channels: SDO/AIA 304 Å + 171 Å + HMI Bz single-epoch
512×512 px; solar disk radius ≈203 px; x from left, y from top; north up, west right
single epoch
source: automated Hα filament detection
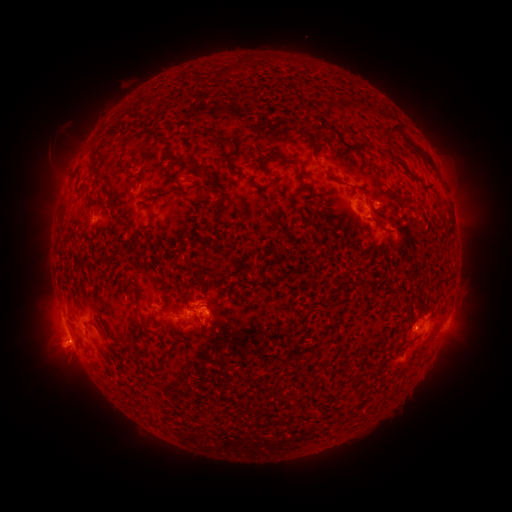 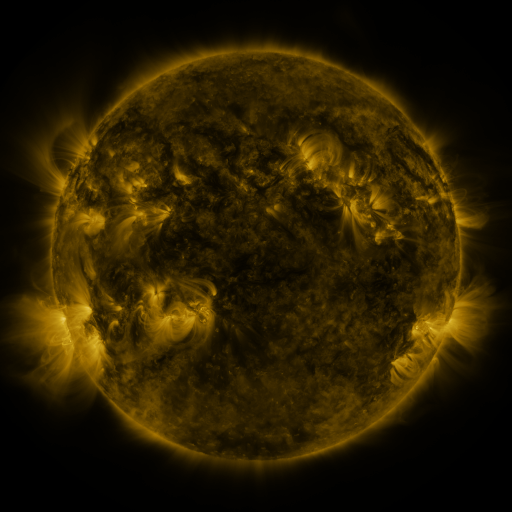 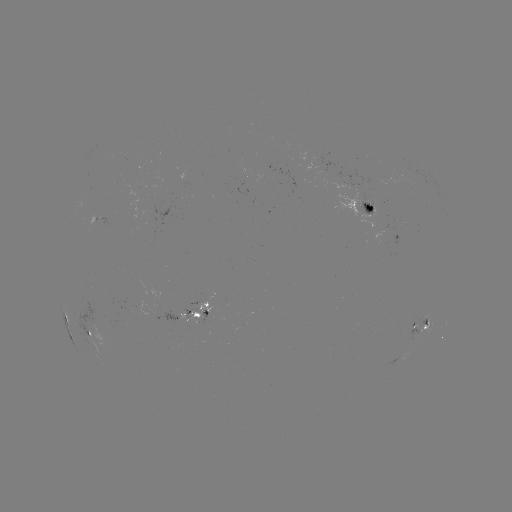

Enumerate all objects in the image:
filament: (392, 132)
filament: (313, 140)
filament: (268, 158)
filament: (229, 161)
filament: (189, 162)
filament: (206, 174)
filament: (393, 195)
filament: (197, 315)
